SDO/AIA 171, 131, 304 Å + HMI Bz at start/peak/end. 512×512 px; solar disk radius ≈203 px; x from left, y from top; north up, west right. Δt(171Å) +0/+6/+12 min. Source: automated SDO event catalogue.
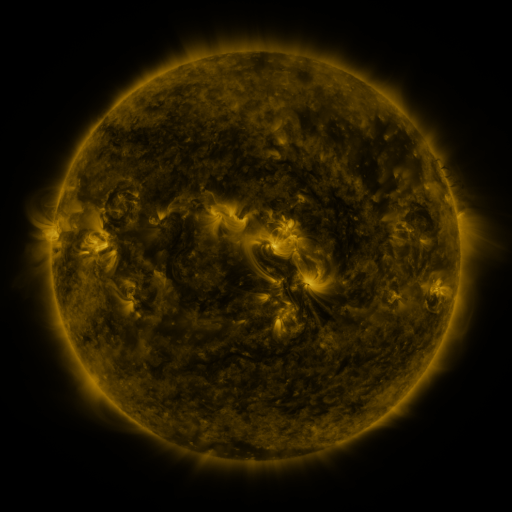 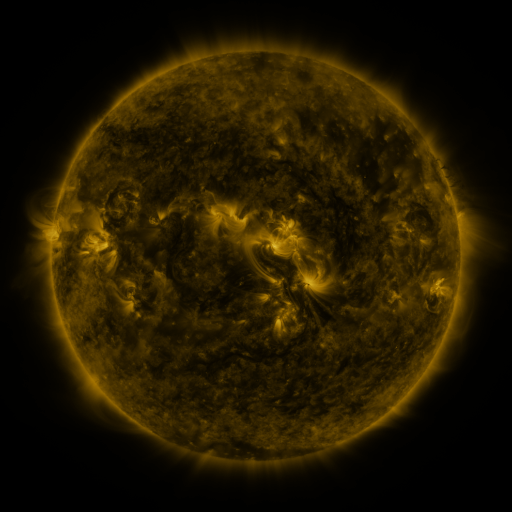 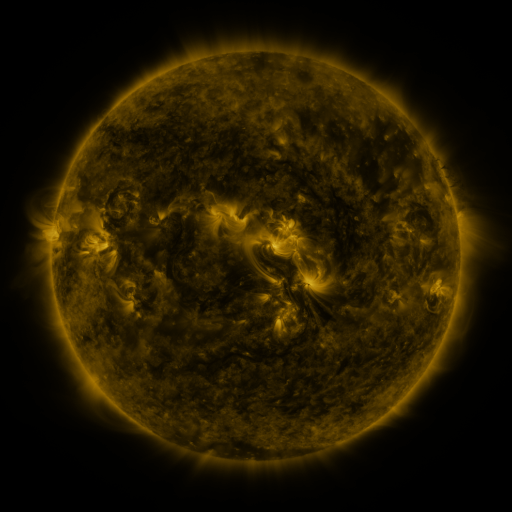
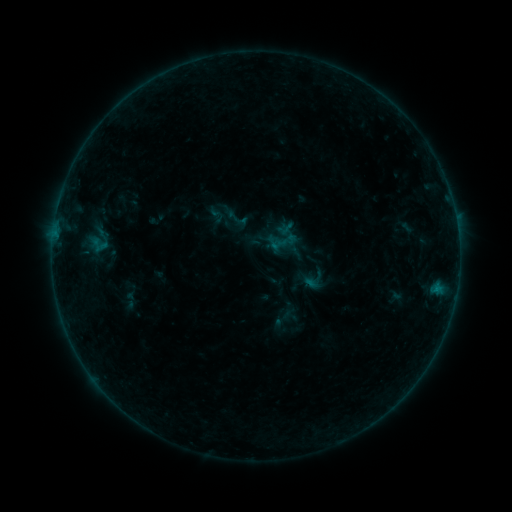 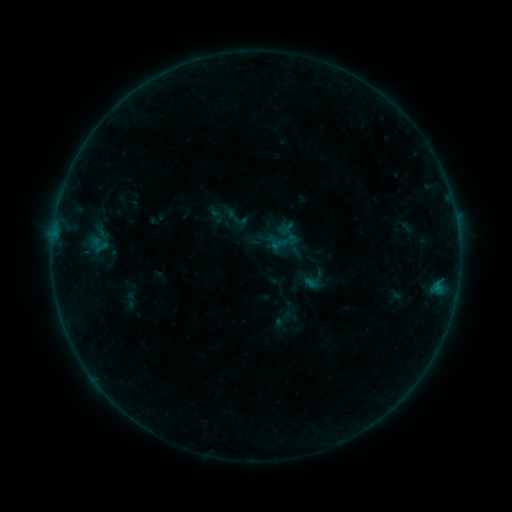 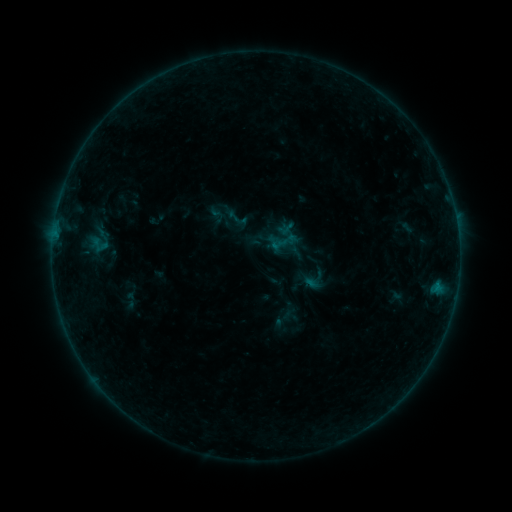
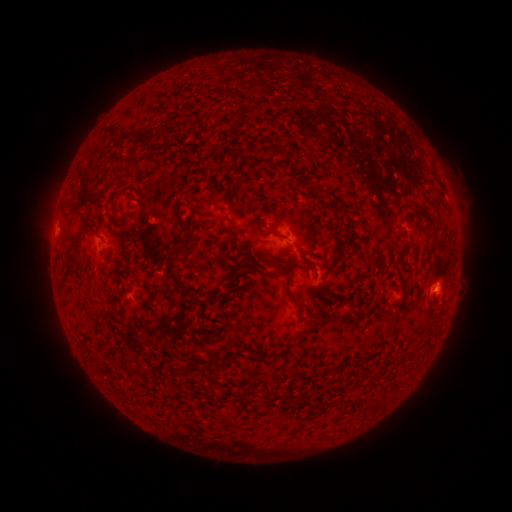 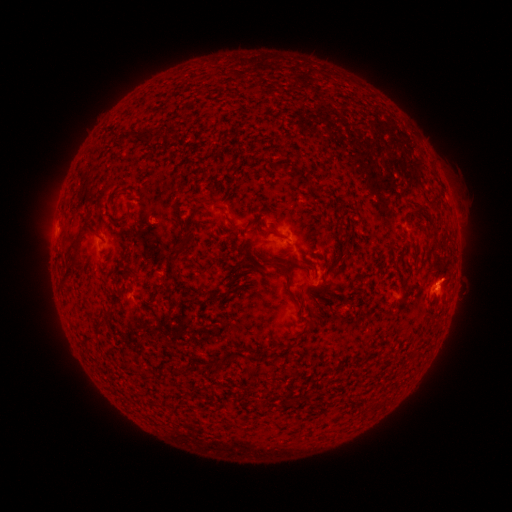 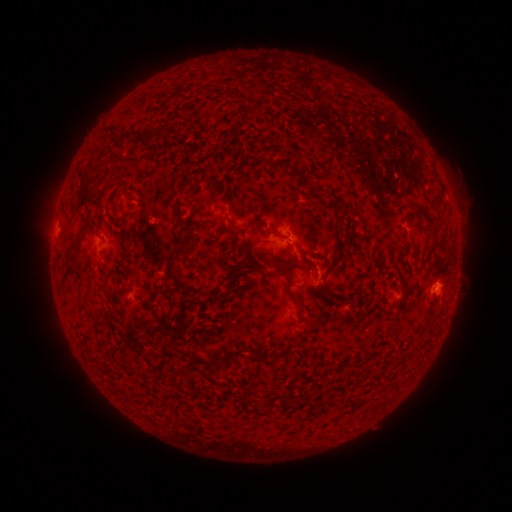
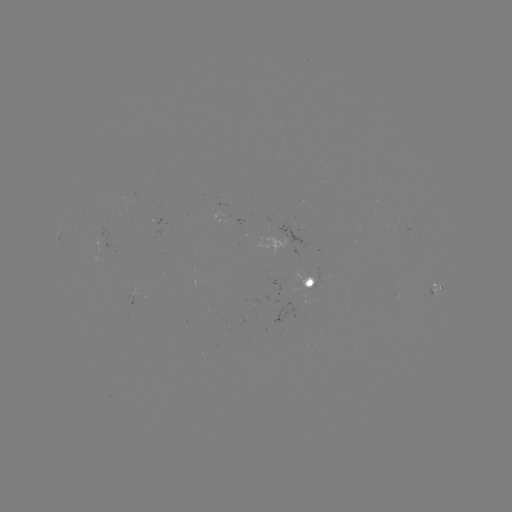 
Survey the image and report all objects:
B1.7 flare: (437, 282)
